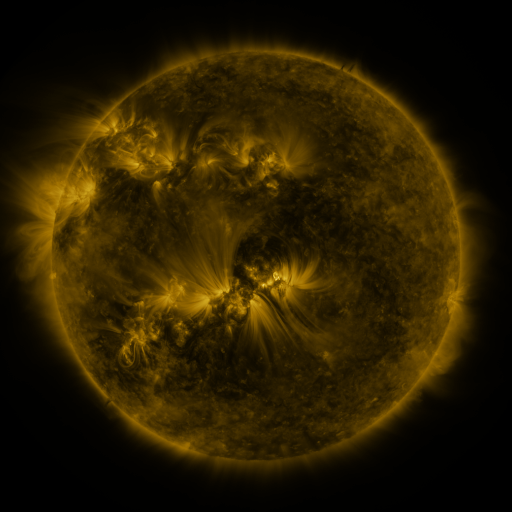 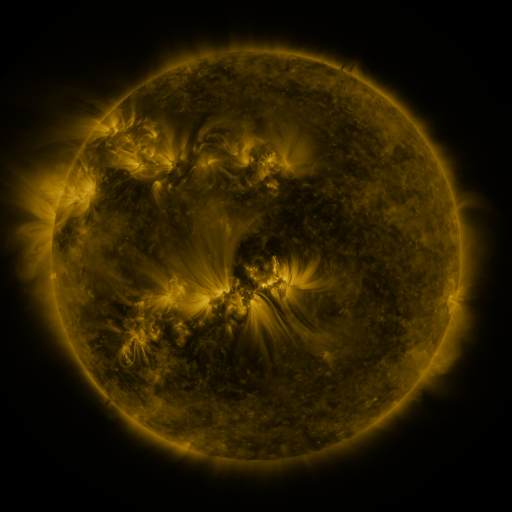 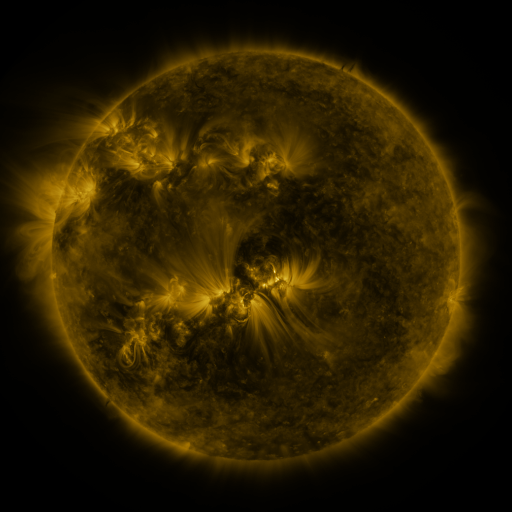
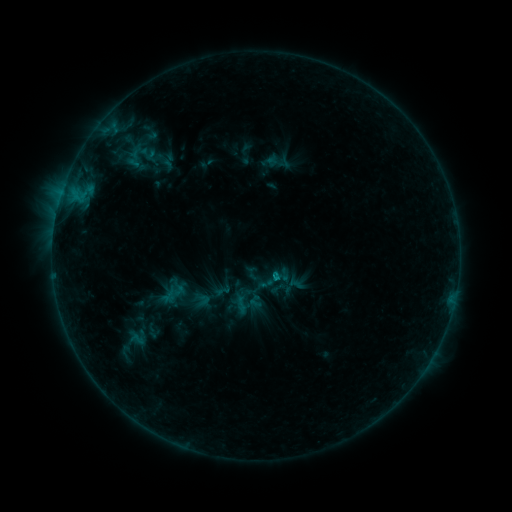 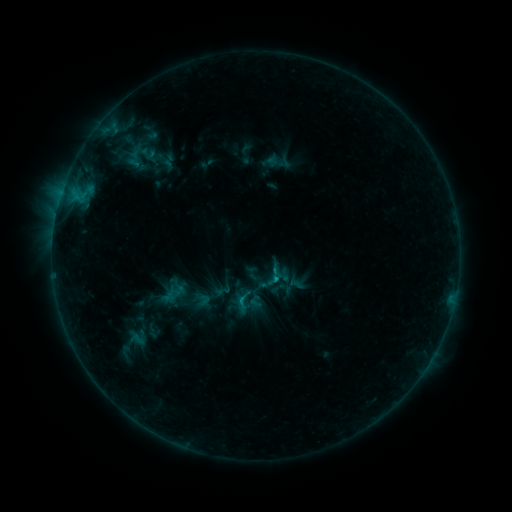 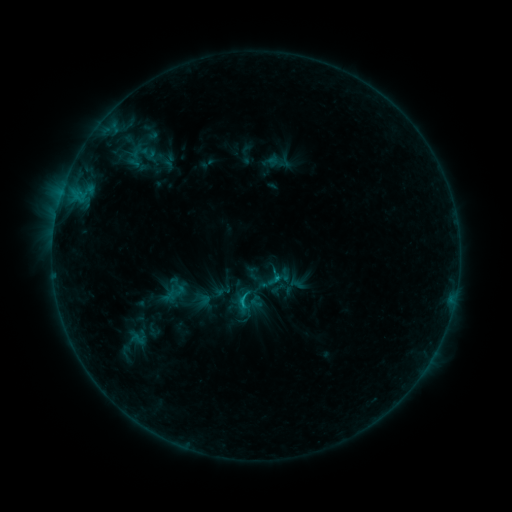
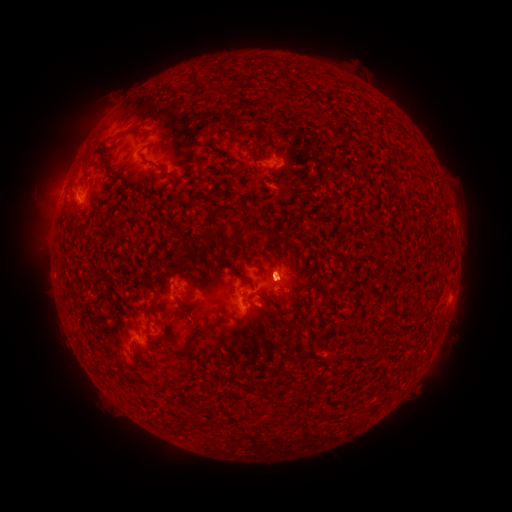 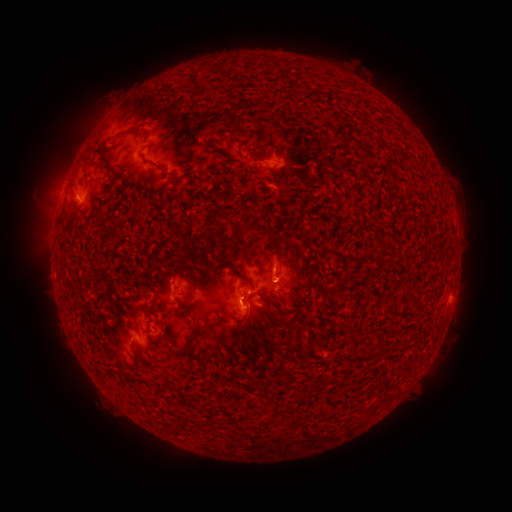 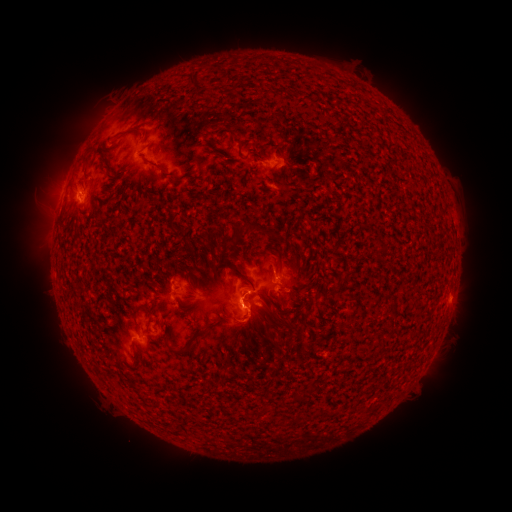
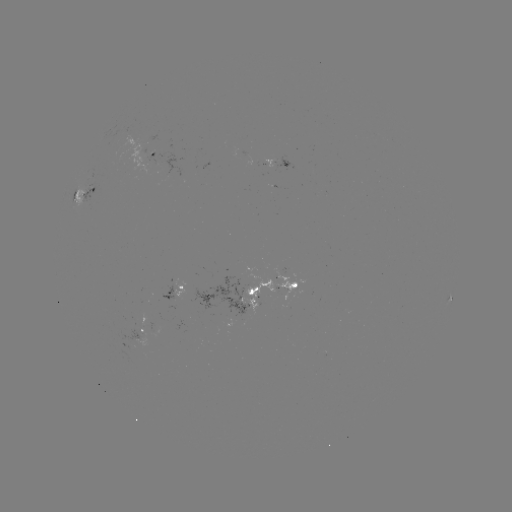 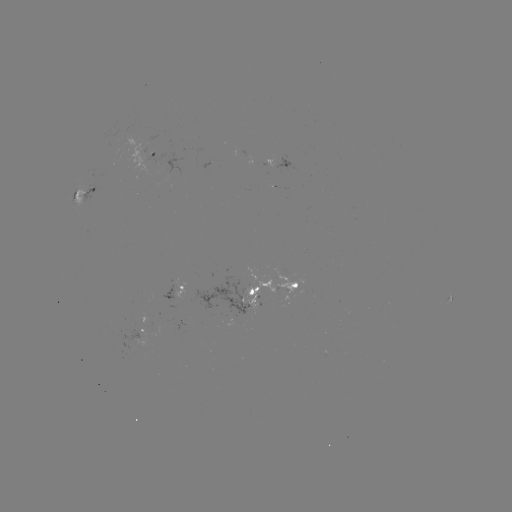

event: flare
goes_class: C1.4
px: (273, 278)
